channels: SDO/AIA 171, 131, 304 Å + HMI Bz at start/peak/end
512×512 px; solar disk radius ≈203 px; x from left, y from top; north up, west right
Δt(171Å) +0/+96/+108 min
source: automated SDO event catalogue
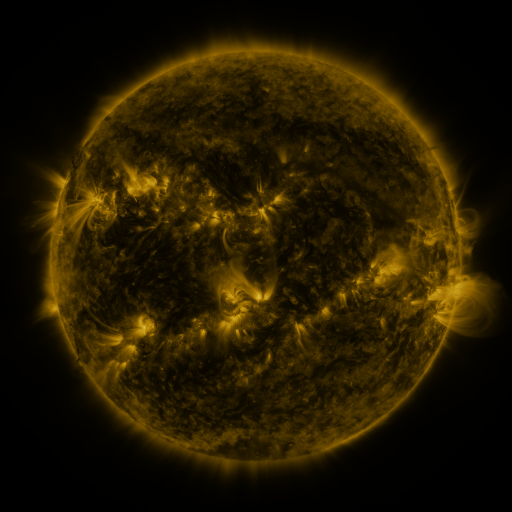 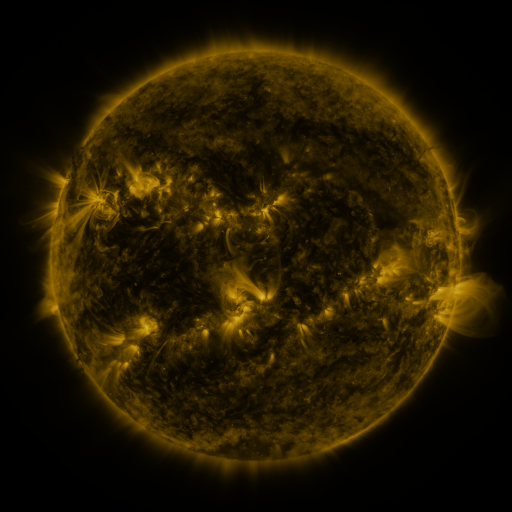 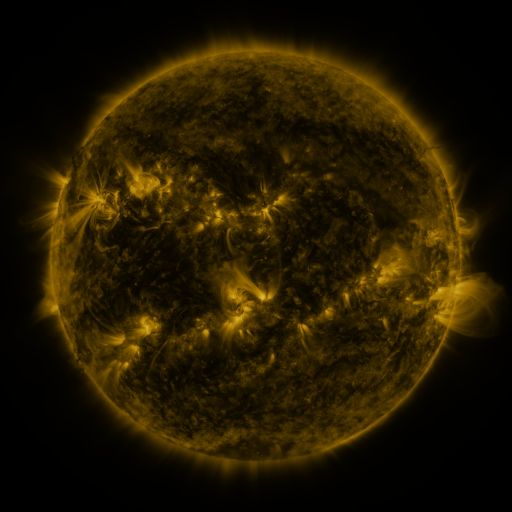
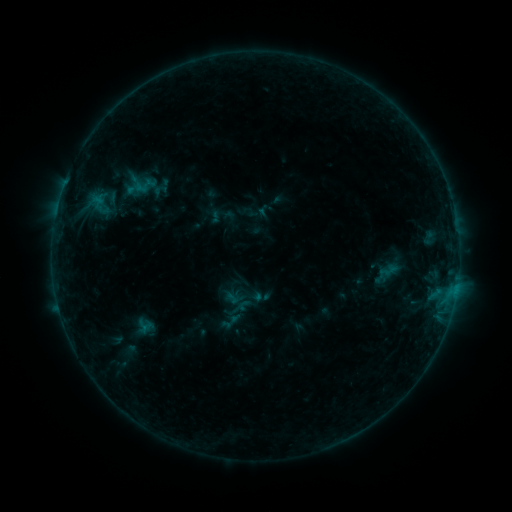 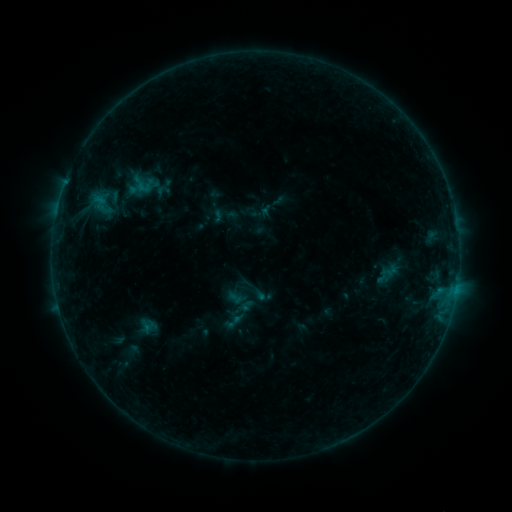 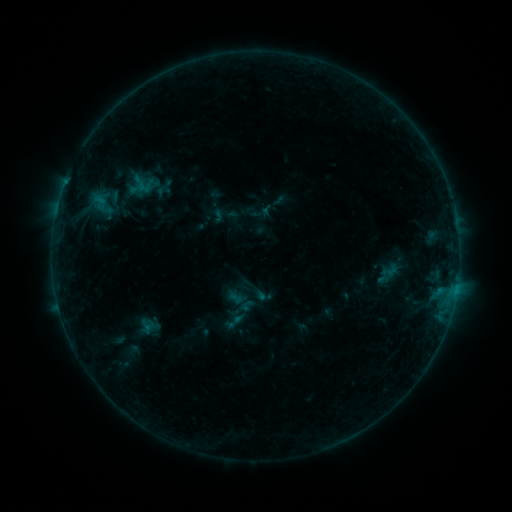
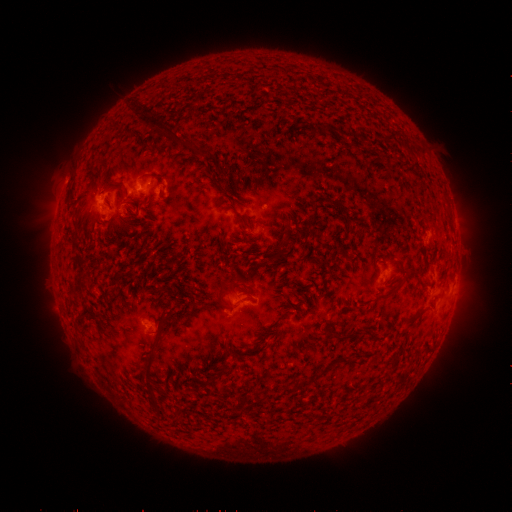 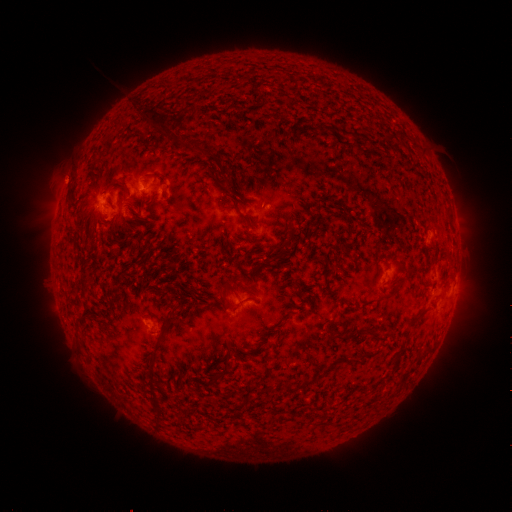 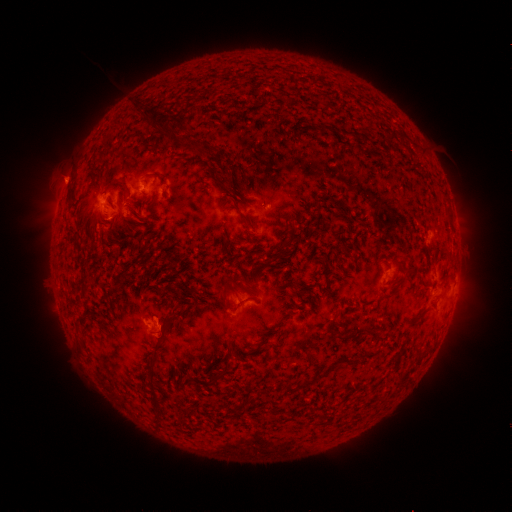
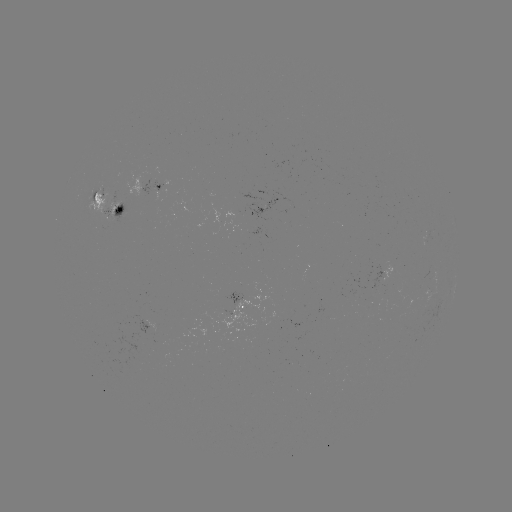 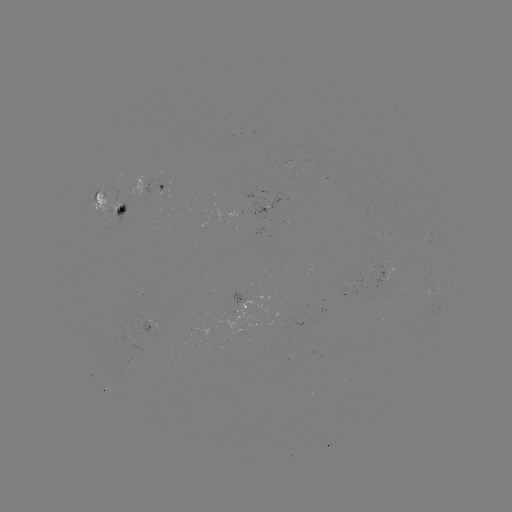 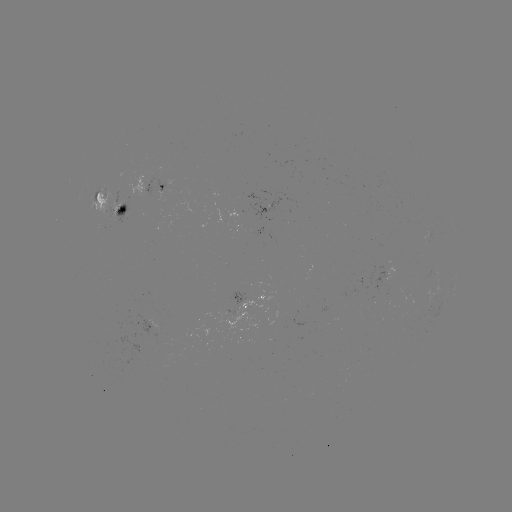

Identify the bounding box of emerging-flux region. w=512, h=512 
[422, 232, 429, 247].